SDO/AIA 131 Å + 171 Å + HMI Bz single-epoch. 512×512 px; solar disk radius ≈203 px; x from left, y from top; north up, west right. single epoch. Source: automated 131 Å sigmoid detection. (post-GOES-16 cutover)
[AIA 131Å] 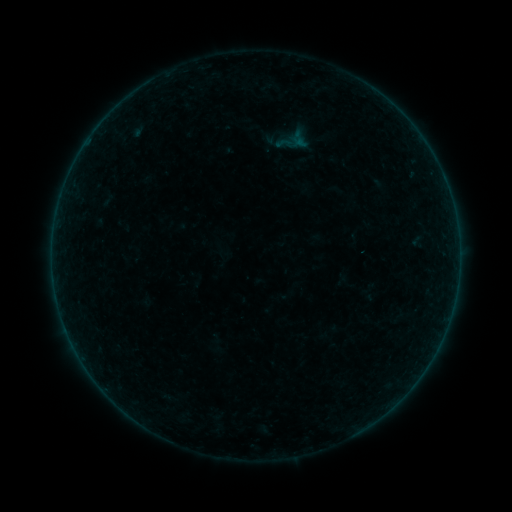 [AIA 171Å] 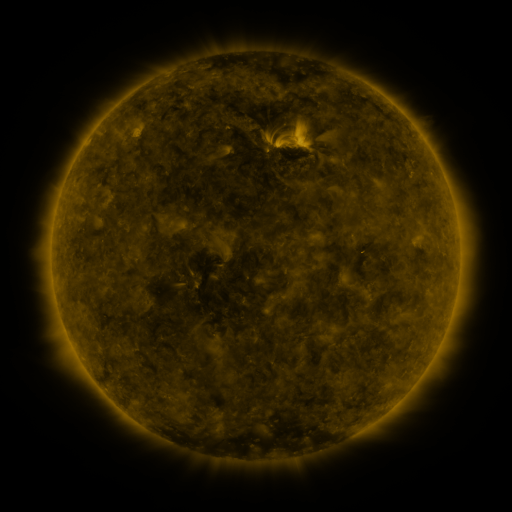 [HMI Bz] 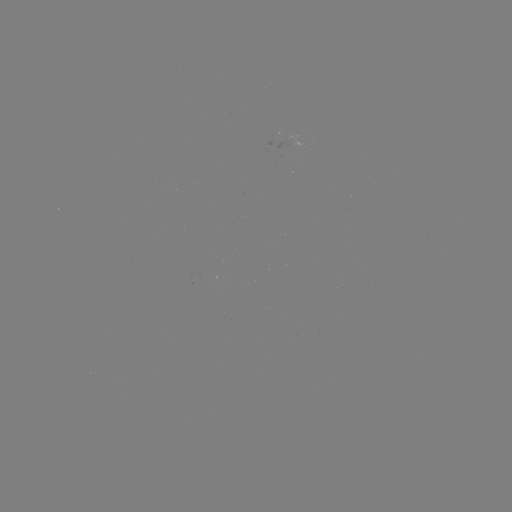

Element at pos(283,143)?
sigmoid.